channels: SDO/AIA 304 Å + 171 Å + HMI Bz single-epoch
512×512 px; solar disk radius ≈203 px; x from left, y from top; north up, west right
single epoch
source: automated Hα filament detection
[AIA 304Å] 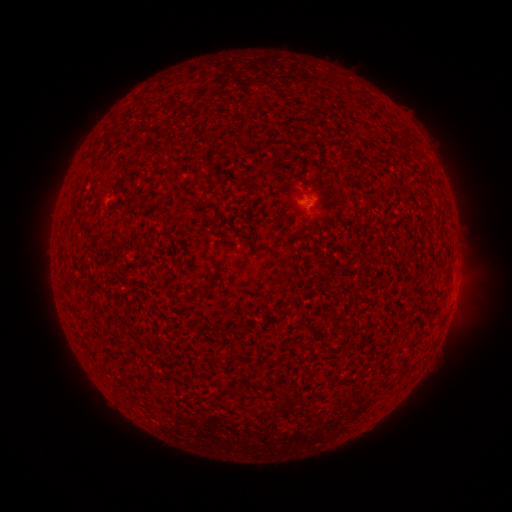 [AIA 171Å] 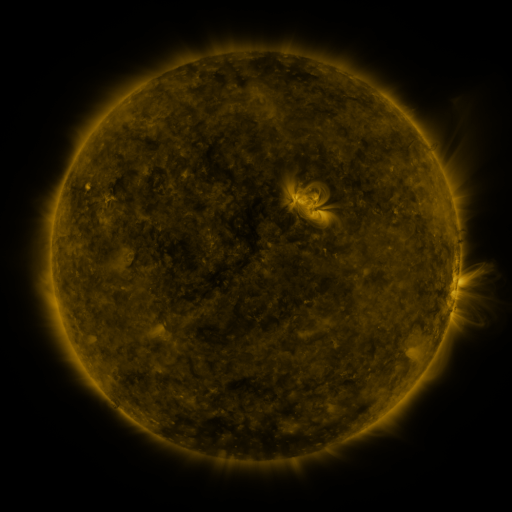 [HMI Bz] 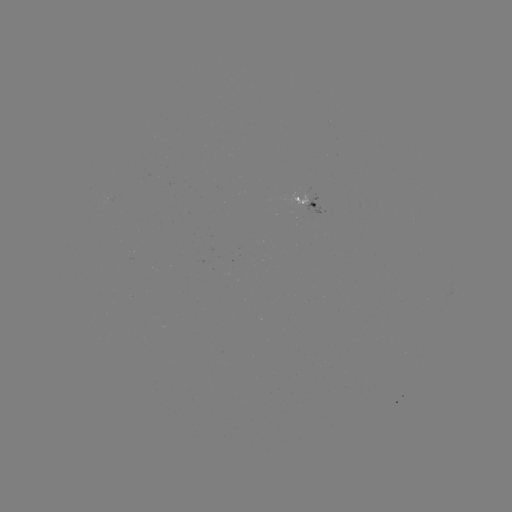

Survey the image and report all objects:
filament: (208, 287)
